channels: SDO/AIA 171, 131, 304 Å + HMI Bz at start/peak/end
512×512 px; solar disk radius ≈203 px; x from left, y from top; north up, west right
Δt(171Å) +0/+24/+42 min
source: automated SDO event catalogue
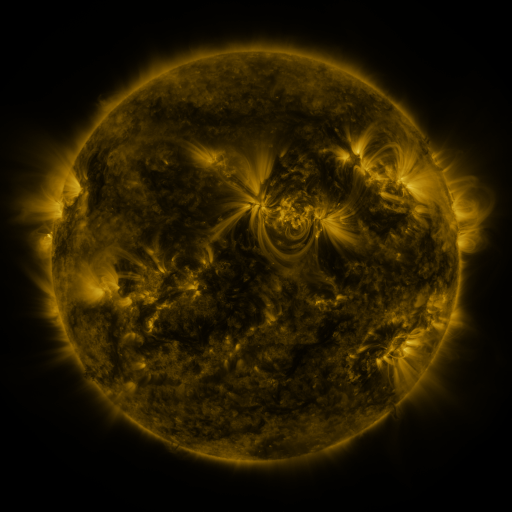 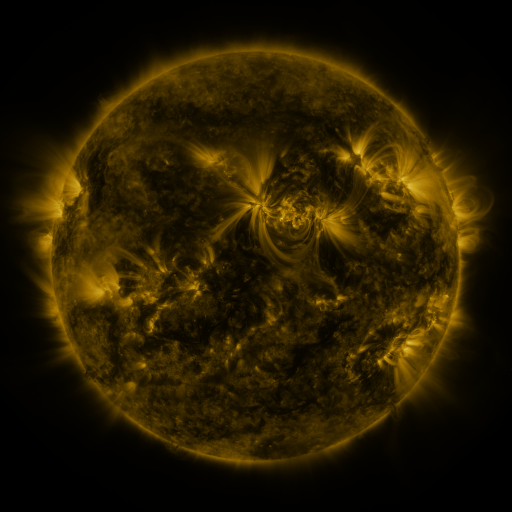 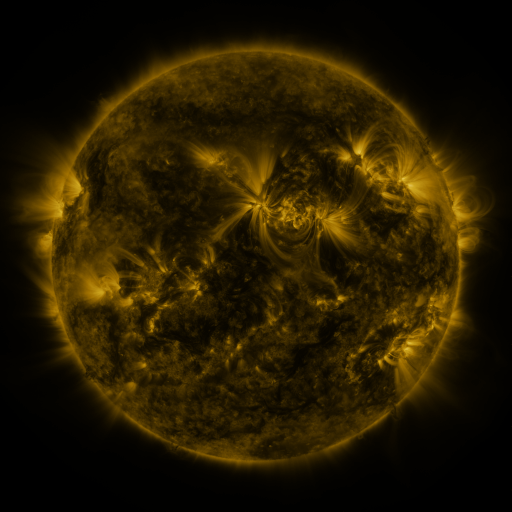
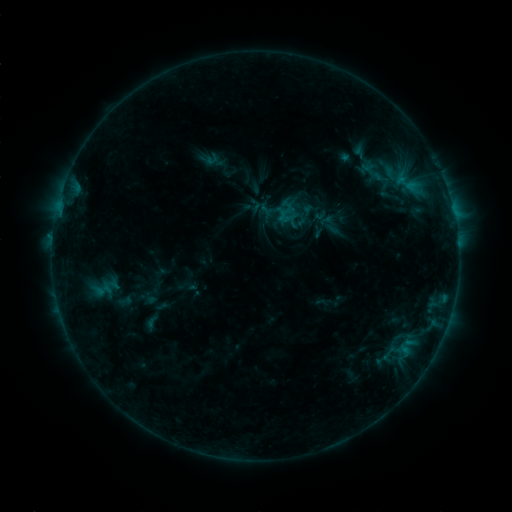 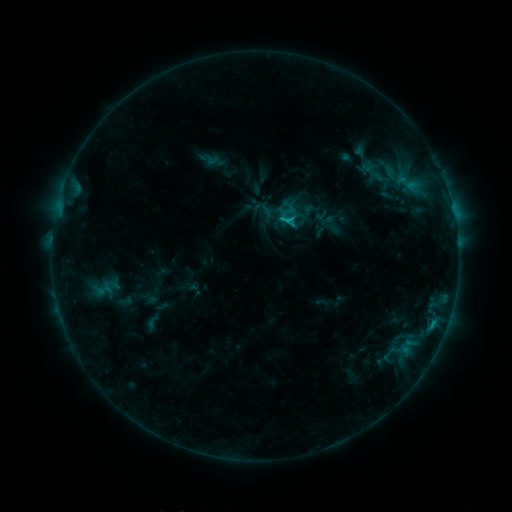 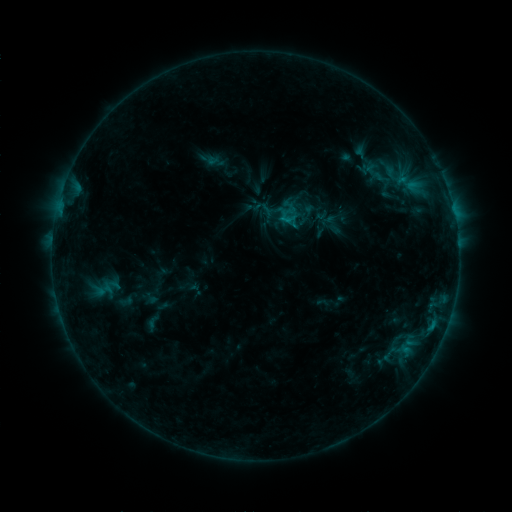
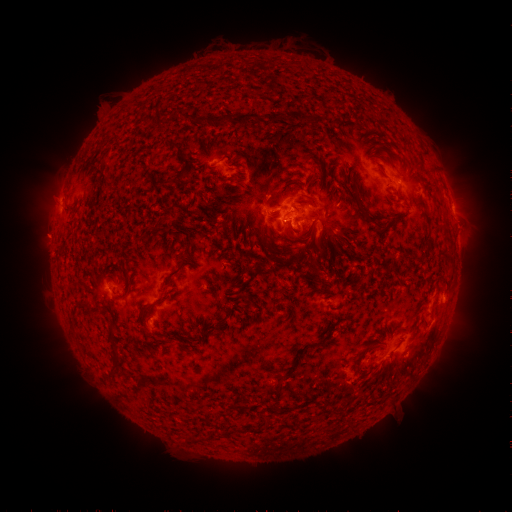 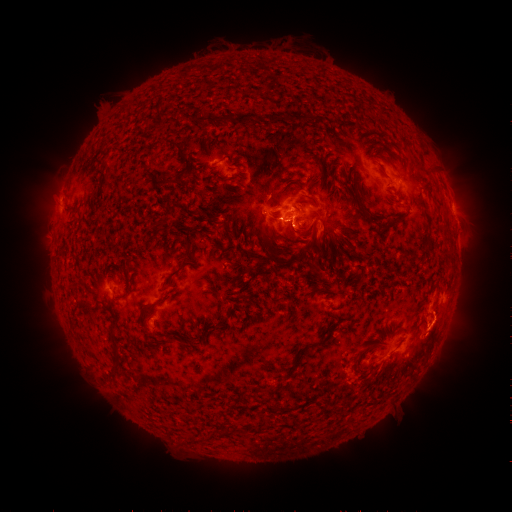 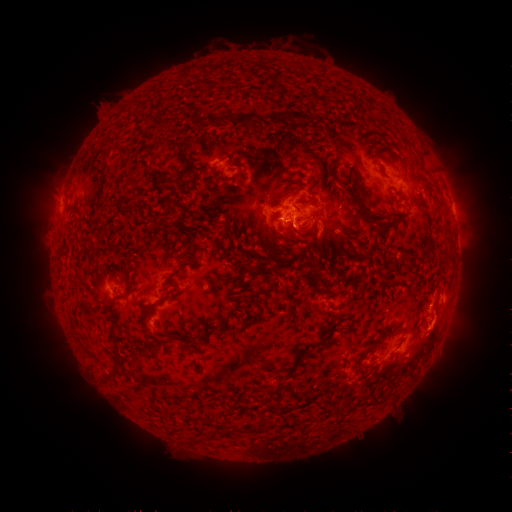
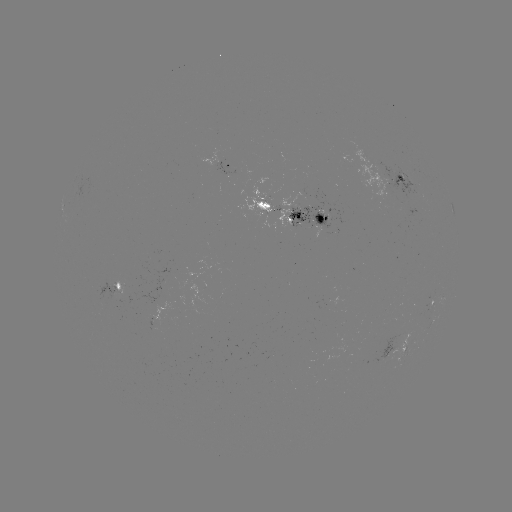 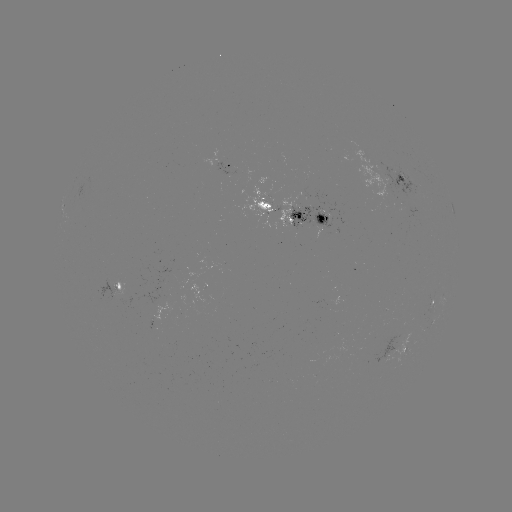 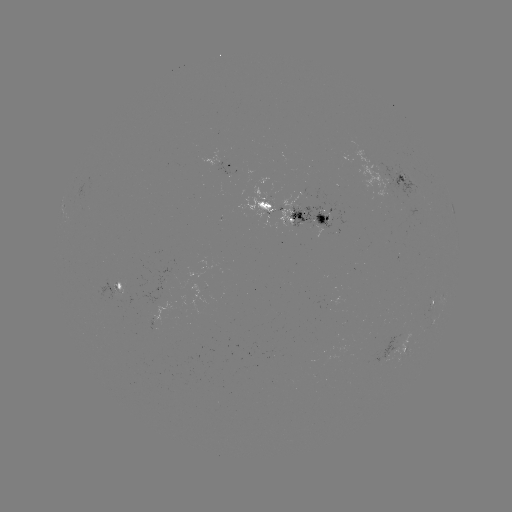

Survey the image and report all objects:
C1.4 flare: (287, 222)
